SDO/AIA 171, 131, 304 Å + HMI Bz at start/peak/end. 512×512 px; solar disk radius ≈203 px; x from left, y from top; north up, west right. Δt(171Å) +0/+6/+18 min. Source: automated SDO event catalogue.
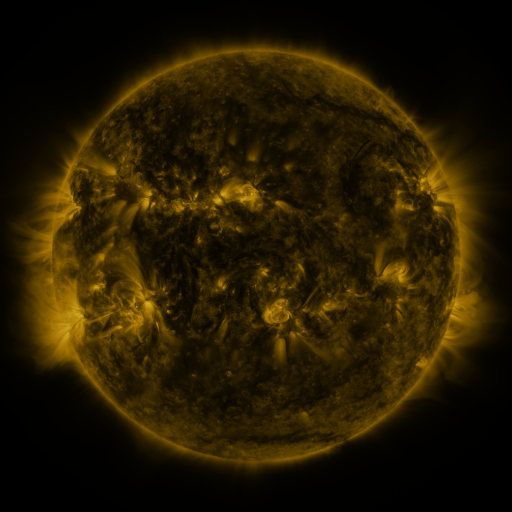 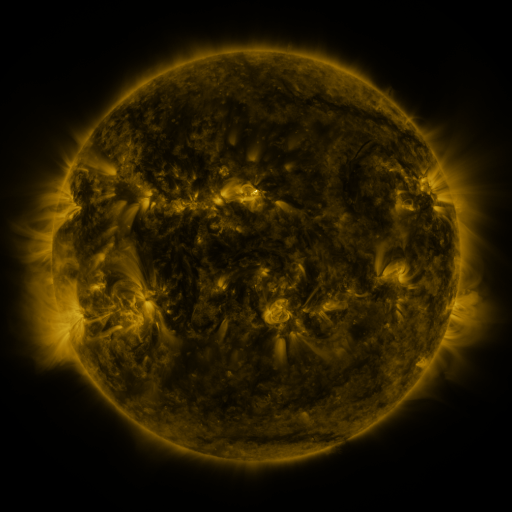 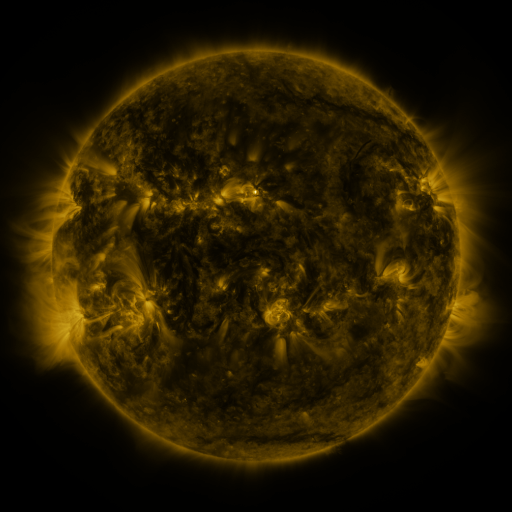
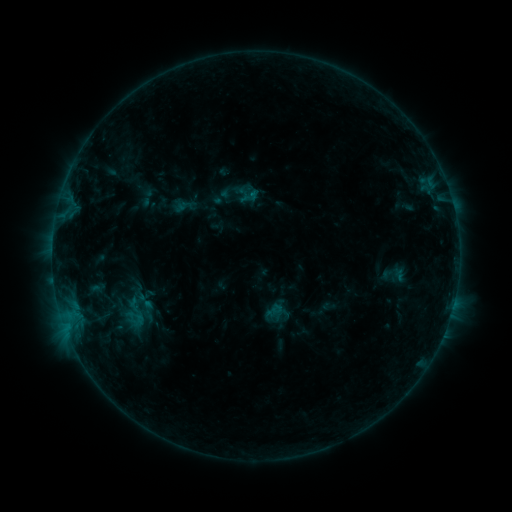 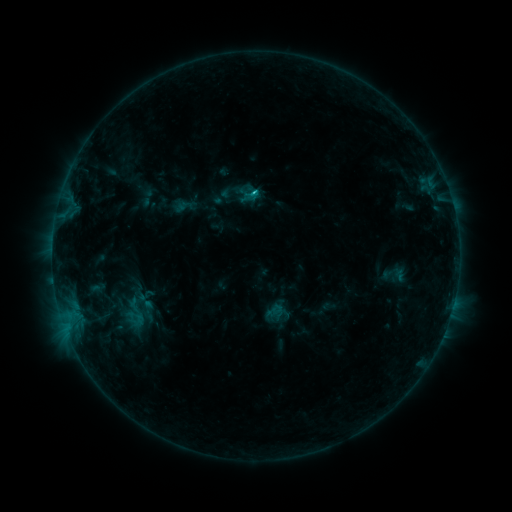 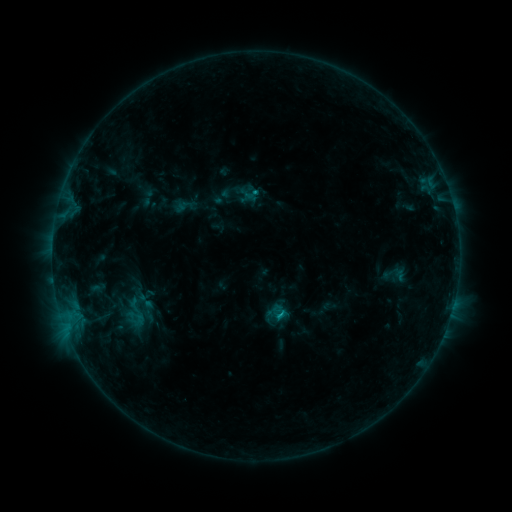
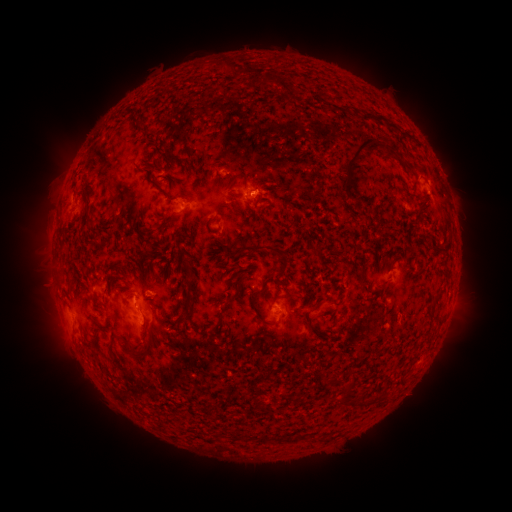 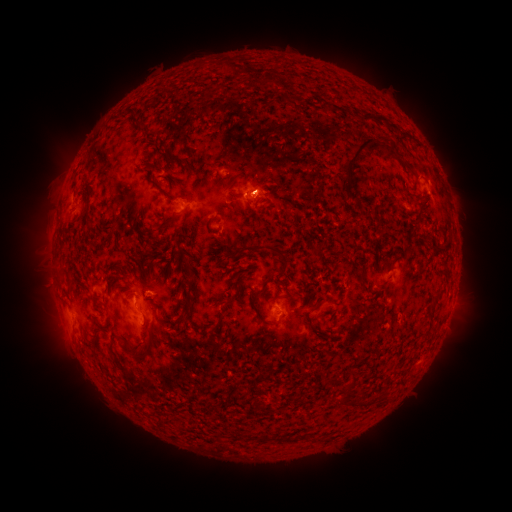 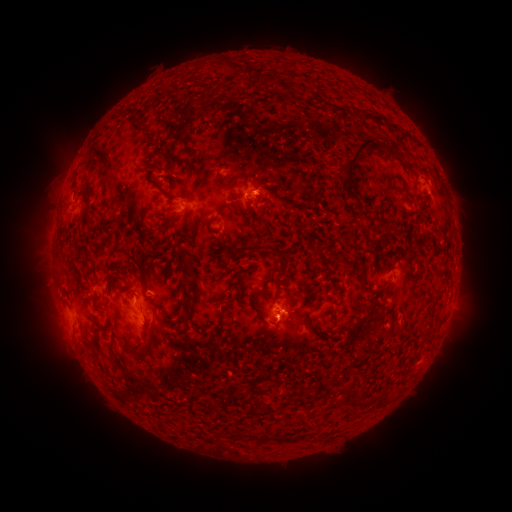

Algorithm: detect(C1.1 flare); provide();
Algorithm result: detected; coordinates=(256, 194)